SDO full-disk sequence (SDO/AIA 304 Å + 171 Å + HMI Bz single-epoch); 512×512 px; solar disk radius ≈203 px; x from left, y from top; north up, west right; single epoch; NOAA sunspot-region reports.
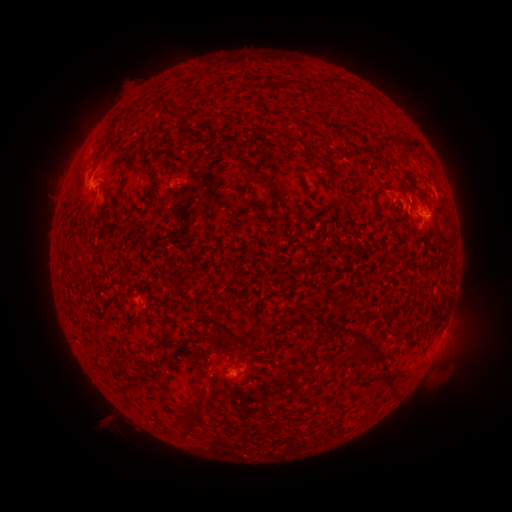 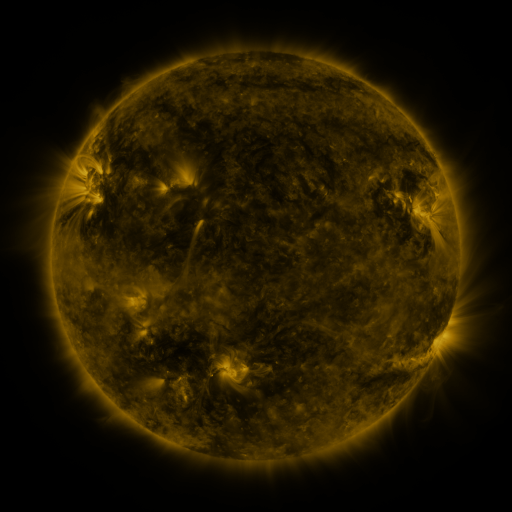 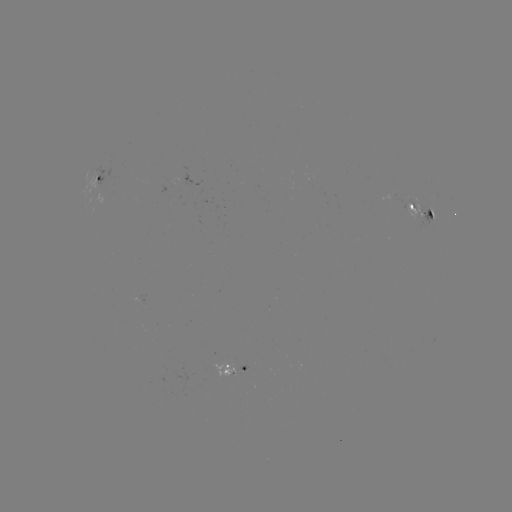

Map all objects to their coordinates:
spotted active region: (102, 174)
spotted active region: (423, 211)
spotted active region: (437, 343)
spotted active region: (234, 368)
